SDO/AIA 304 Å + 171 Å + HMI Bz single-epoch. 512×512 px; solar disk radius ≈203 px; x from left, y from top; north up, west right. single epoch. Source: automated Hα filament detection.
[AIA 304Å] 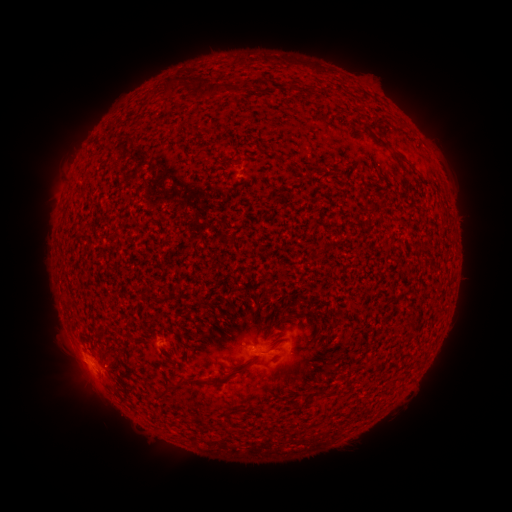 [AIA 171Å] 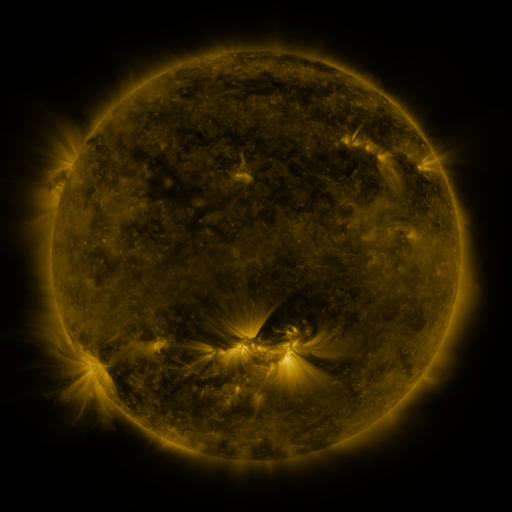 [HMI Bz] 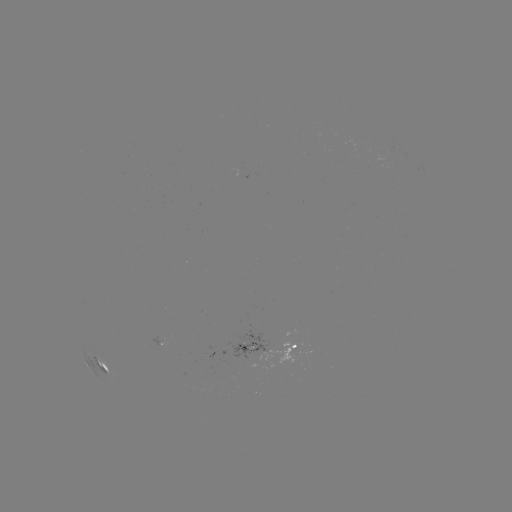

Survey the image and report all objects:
filament: <bbox>188, 77, 242, 98</bbox>
filament: <bbox>286, 82, 294, 95</bbox>
filament: <bbox>375, 137, 390, 149</bbox>
filament: <bbox>390, 150, 407, 162</bbox>
filament: <bbox>101, 363, 110, 373</bbox>
filament: <bbox>188, 364, 248, 385</bbox>
filament: <bbox>116, 368, 125, 377</bbox>
filament: <bbox>164, 383, 178, 394</bbox>
filament: <bbox>155, 389, 167, 400</bbox>
filament: <bbox>252, 404, 265, 412</bbox>
